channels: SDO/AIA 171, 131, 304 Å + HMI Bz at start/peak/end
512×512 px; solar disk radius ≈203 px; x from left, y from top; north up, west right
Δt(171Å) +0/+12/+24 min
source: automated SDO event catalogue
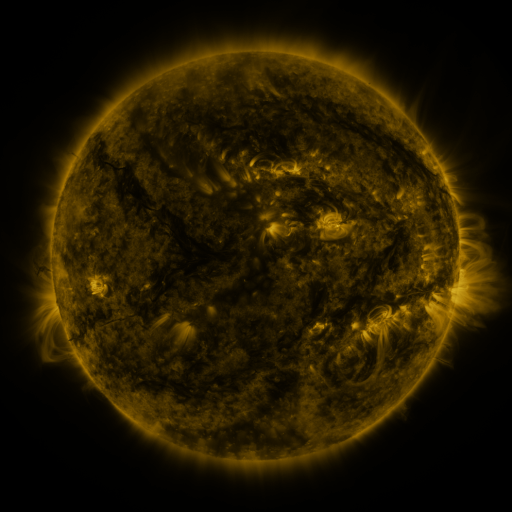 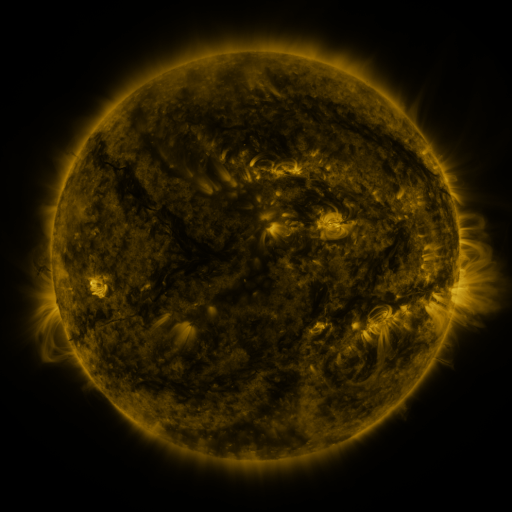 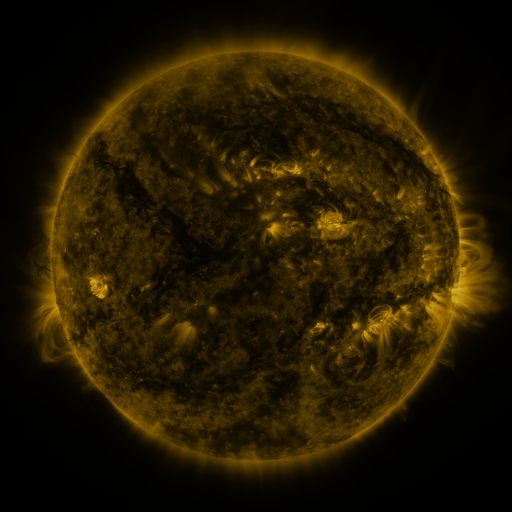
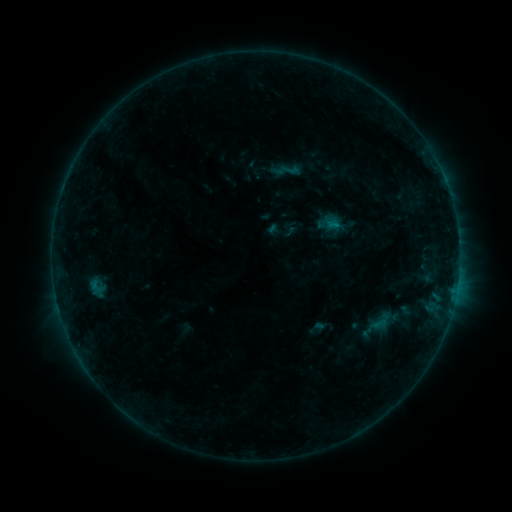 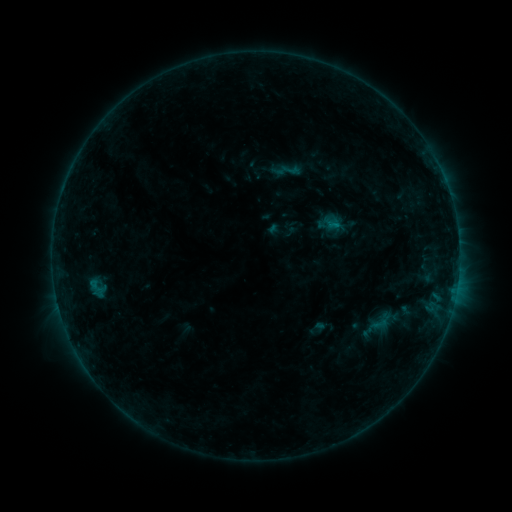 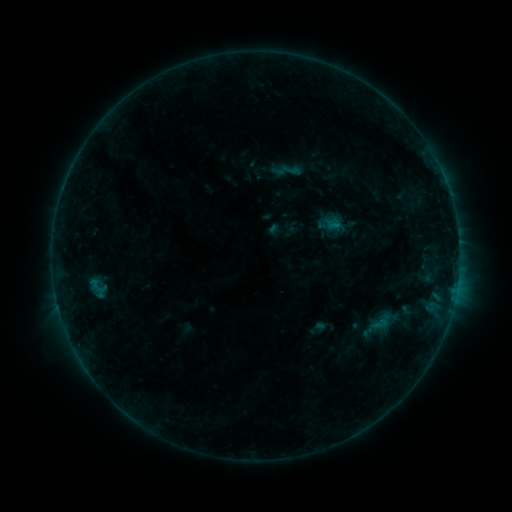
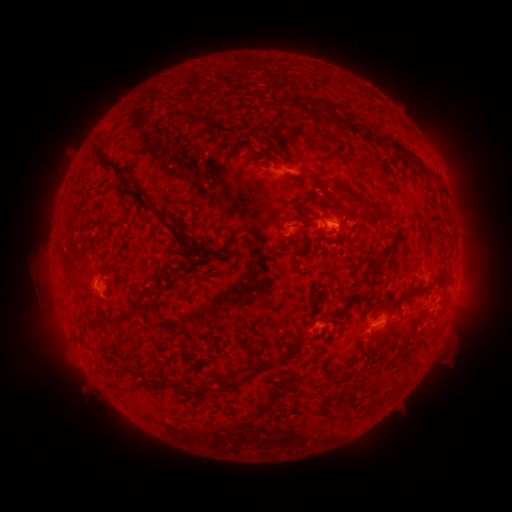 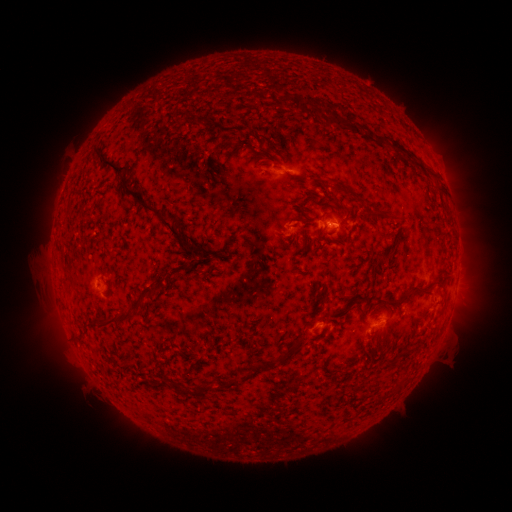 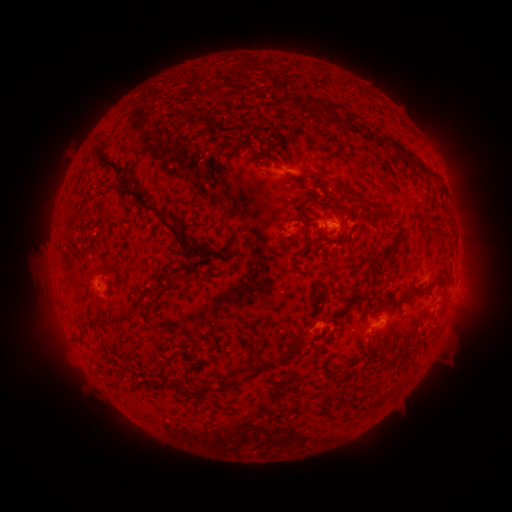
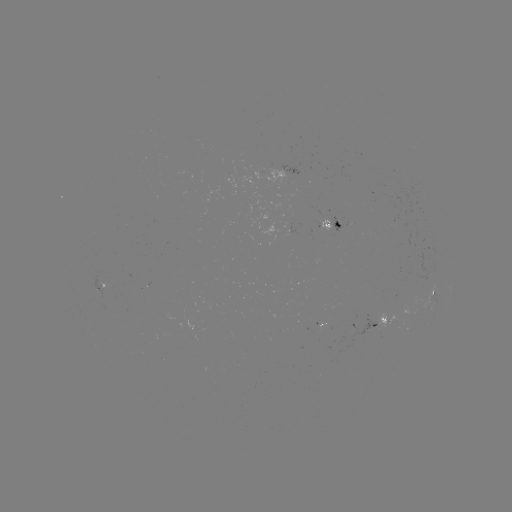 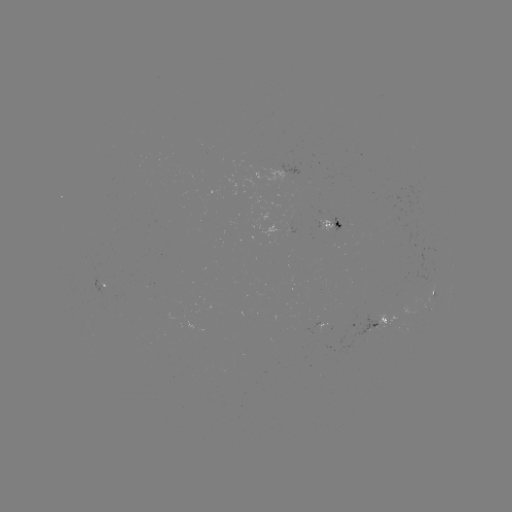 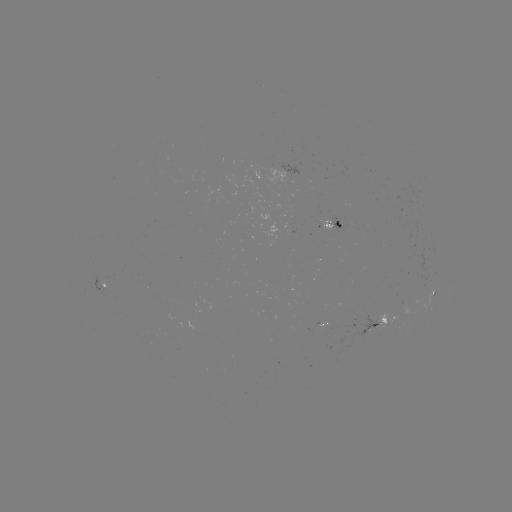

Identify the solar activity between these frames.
no catalogued flare and no flagged EUV brightening in this window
